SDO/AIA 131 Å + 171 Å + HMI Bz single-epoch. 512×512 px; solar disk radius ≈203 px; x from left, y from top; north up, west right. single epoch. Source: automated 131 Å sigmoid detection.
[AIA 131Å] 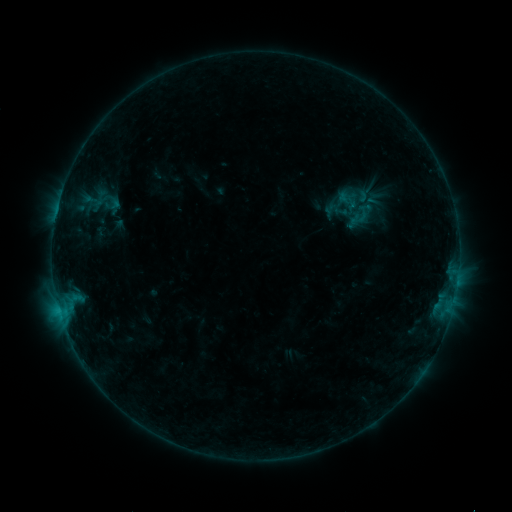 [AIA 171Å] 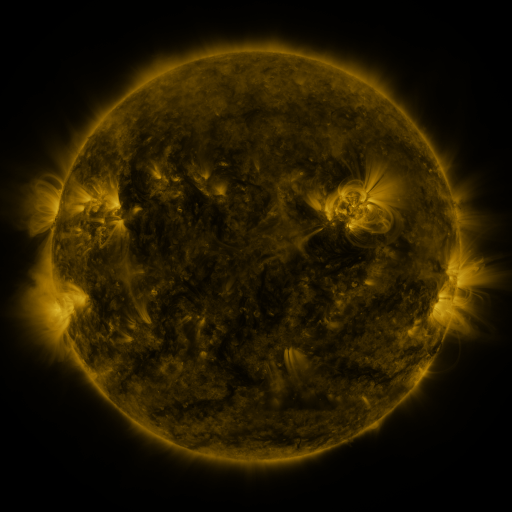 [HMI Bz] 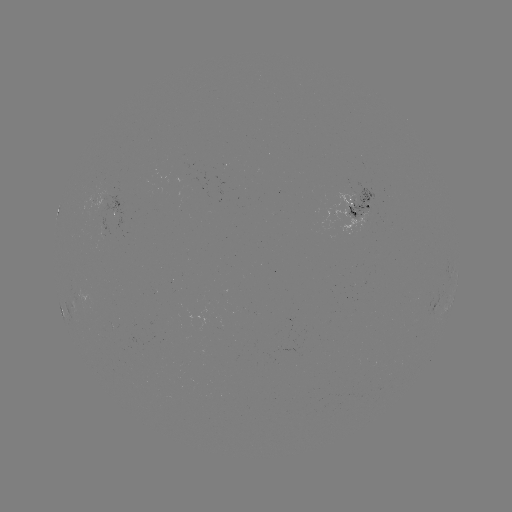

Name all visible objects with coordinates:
sigmoid: [333, 187, 362, 212]
